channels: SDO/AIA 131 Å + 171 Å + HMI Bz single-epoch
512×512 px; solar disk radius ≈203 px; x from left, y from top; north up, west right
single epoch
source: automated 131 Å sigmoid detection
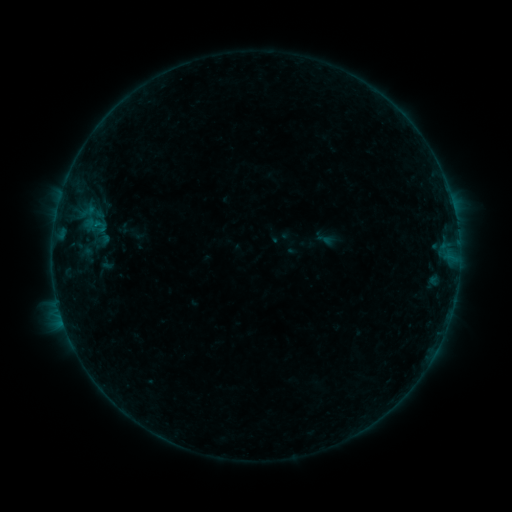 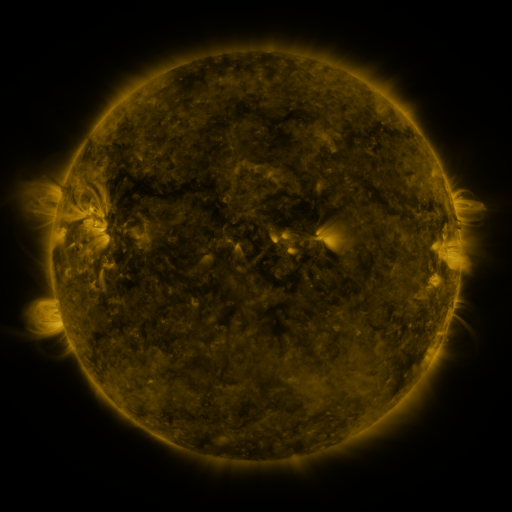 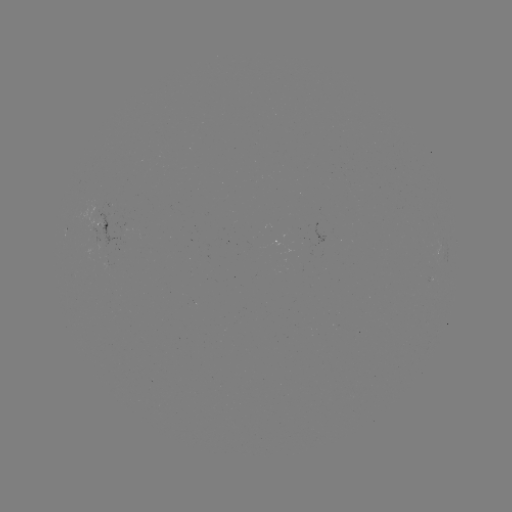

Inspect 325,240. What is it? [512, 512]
sigmoid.